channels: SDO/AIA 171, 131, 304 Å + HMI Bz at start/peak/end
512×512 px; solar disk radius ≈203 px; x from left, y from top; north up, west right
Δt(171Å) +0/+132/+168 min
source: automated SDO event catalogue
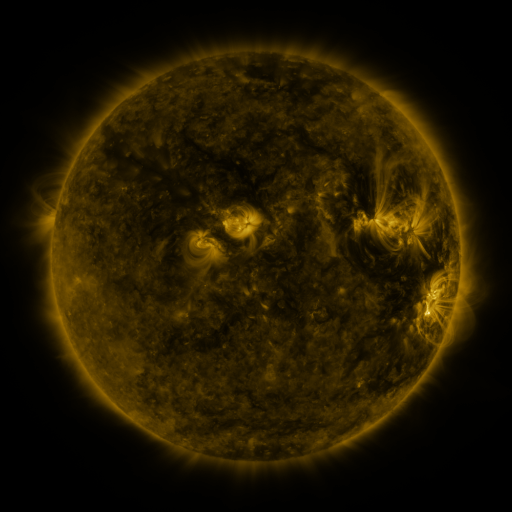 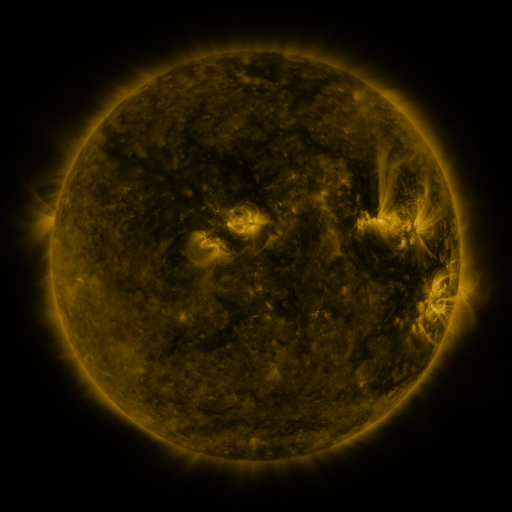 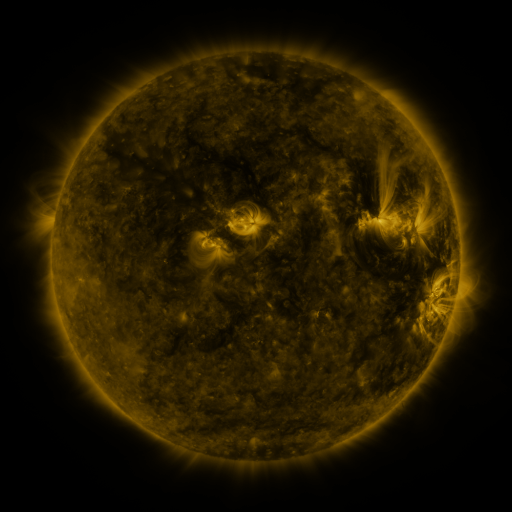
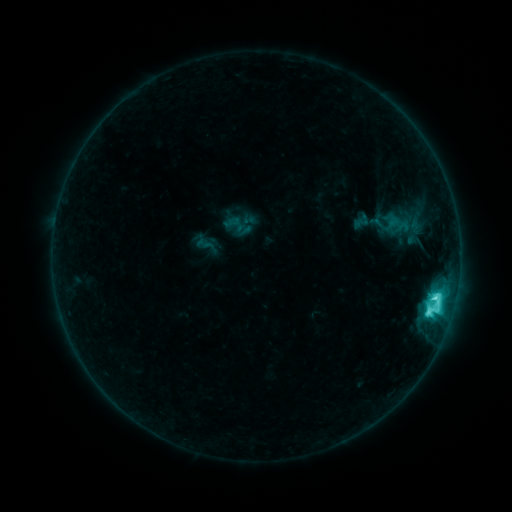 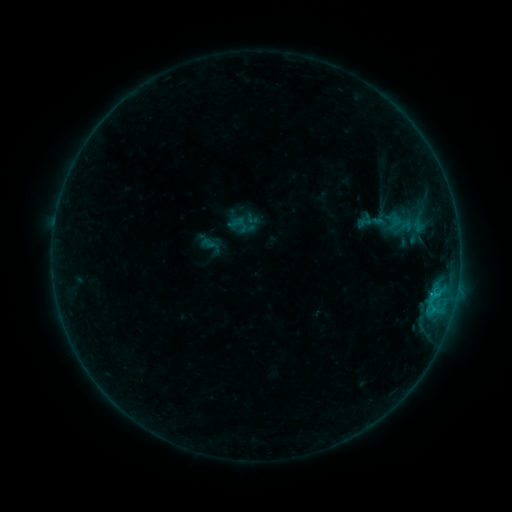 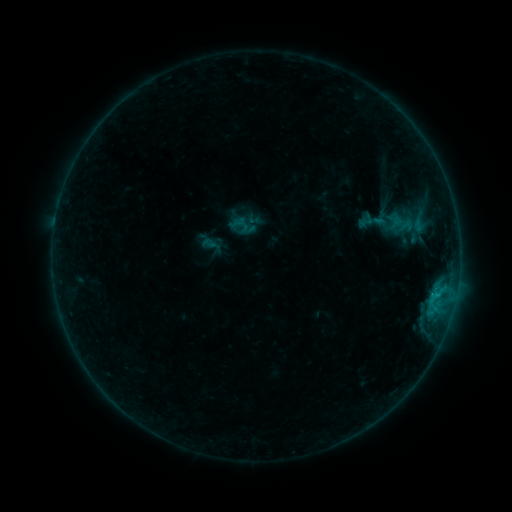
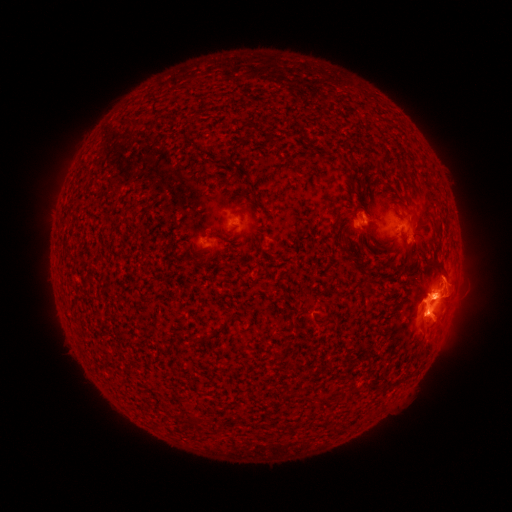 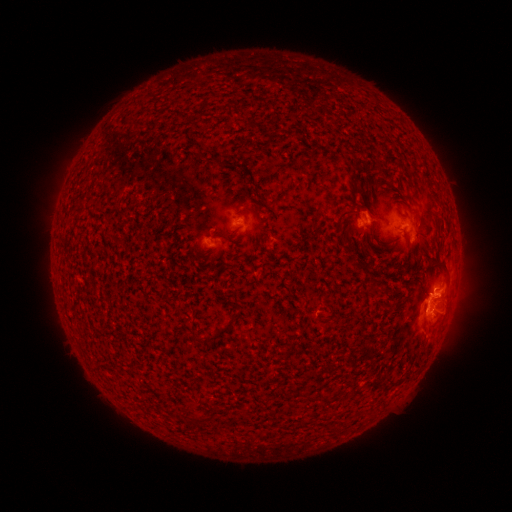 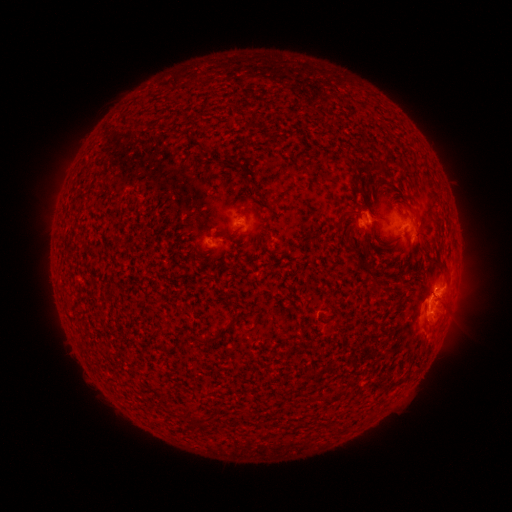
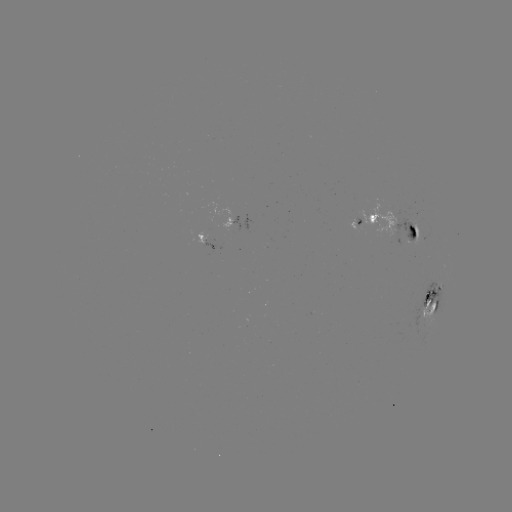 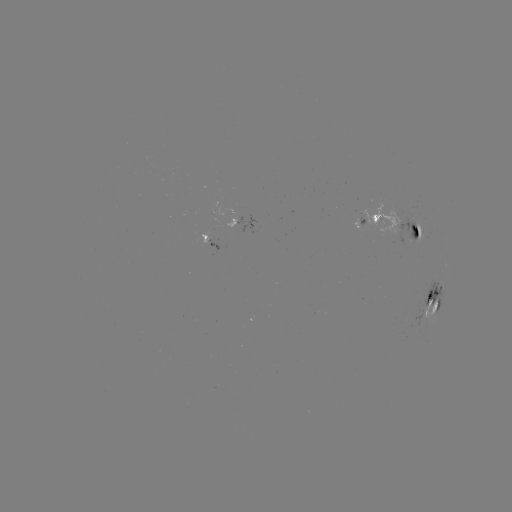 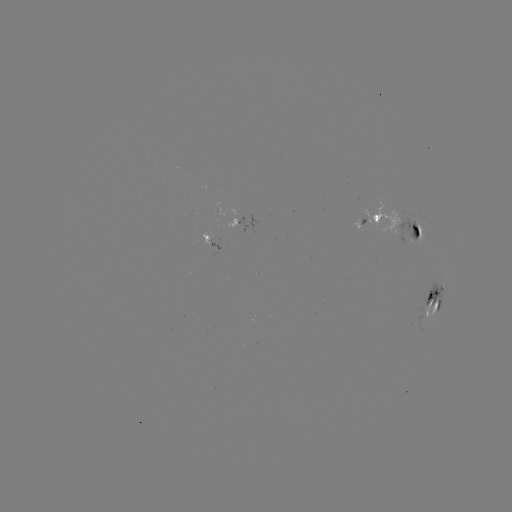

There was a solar emerging-flux region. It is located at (209, 239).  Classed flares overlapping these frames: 2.